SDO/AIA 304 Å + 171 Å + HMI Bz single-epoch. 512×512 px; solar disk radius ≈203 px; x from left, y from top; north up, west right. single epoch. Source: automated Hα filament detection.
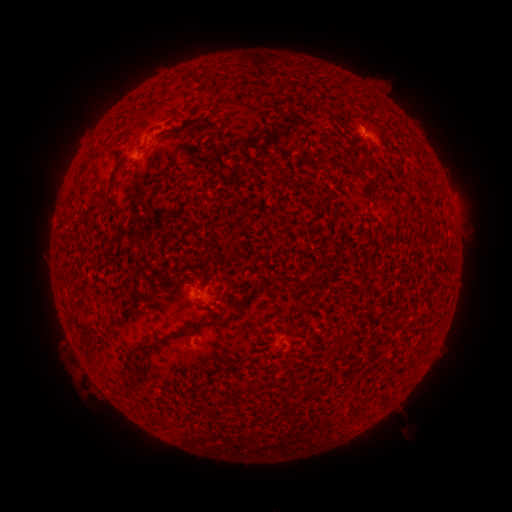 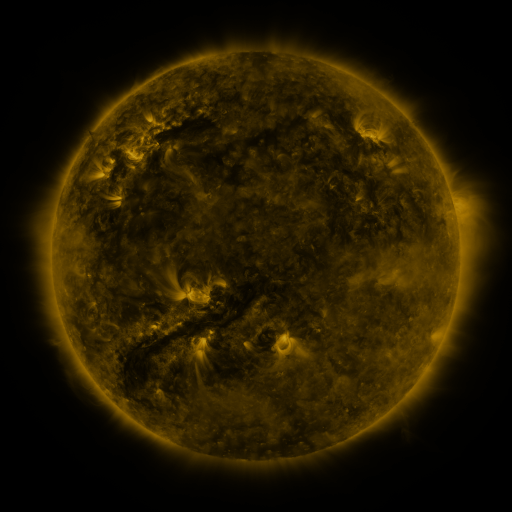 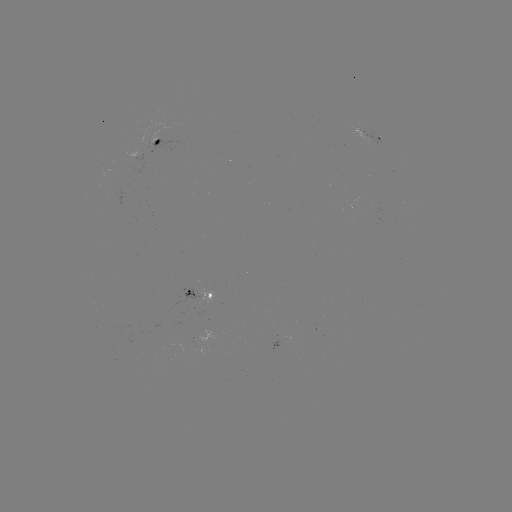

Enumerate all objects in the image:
filament: (198, 125)
filament: (111, 184)
filament: (284, 280)
filament: (238, 302)
filament: (194, 323)
filament: (145, 344)
